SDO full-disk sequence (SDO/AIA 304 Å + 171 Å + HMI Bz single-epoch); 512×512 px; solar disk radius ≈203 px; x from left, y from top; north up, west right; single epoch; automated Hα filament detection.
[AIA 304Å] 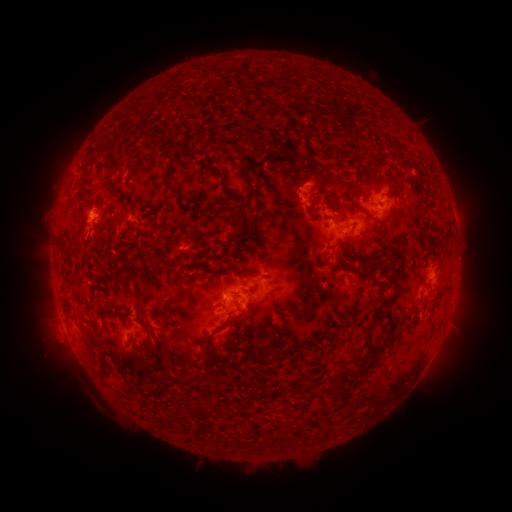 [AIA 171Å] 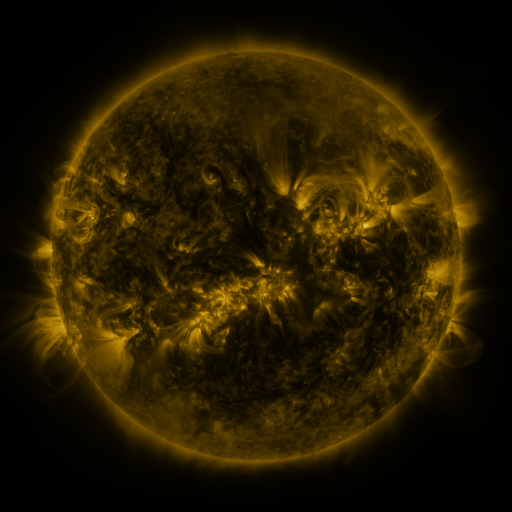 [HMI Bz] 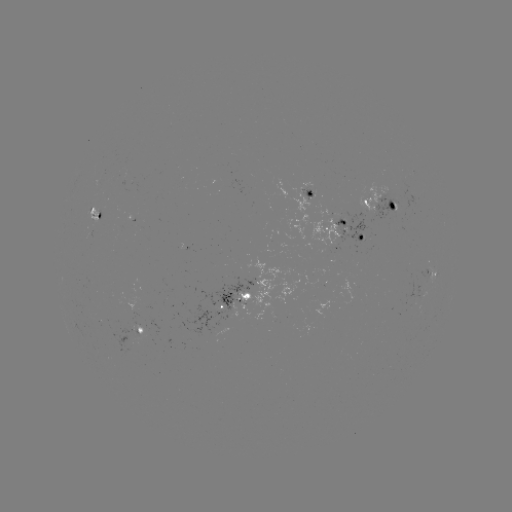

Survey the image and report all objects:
filament: [300, 154, 322, 171]
filament: [89, 155, 105, 169]
filament: [243, 167, 254, 188]
filament: [169, 184, 179, 195]
filament: [306, 192, 323, 204]
filament: [226, 210, 246, 226]
filament: [247, 216, 263, 241]
filament: [344, 264, 353, 273]
filament: [135, 266, 148, 283]
filament: [128, 268, 144, 303]
filament: [242, 287, 256, 300]
filament: [378, 291, 398, 310]
filament: [135, 314, 145, 325]
filament: [241, 320, 249, 328]
filament: [139, 333, 151, 350]
filament: [370, 344, 386, 357]
filament: [255, 346, 273, 364]
filament: [338, 375, 349, 384]
filament: [328, 382, 336, 393]
filament: [335, 385, 352, 406]
